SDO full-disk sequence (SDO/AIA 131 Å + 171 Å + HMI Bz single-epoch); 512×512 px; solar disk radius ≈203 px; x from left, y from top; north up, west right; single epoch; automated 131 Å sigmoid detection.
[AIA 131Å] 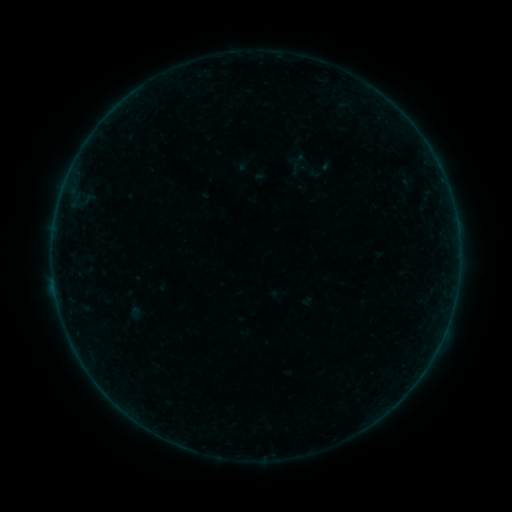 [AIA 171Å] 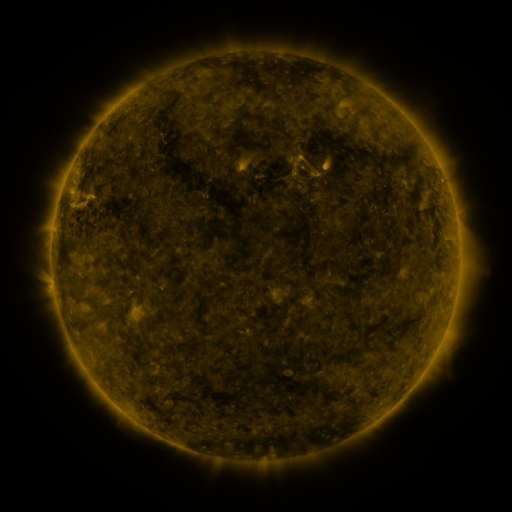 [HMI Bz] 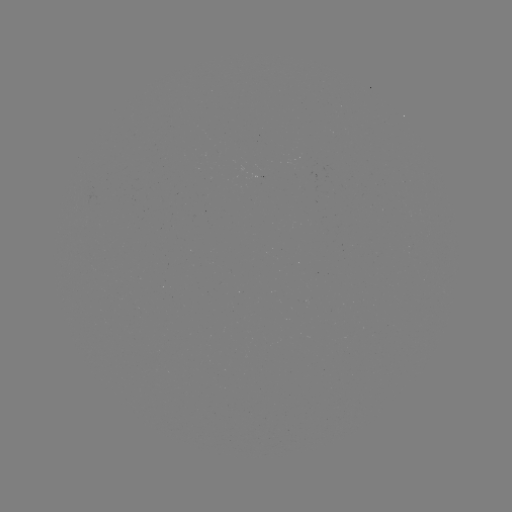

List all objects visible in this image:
sigmoid: (308, 170)
